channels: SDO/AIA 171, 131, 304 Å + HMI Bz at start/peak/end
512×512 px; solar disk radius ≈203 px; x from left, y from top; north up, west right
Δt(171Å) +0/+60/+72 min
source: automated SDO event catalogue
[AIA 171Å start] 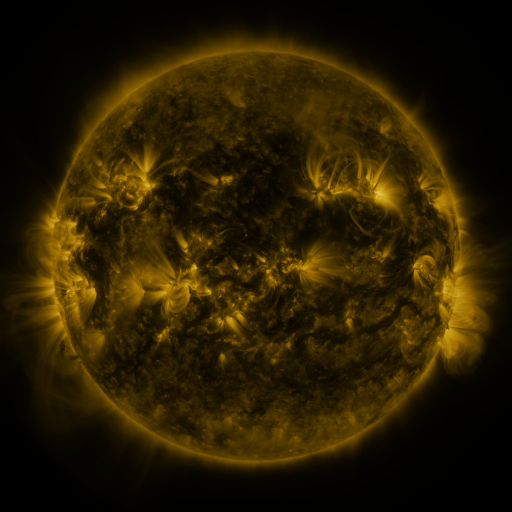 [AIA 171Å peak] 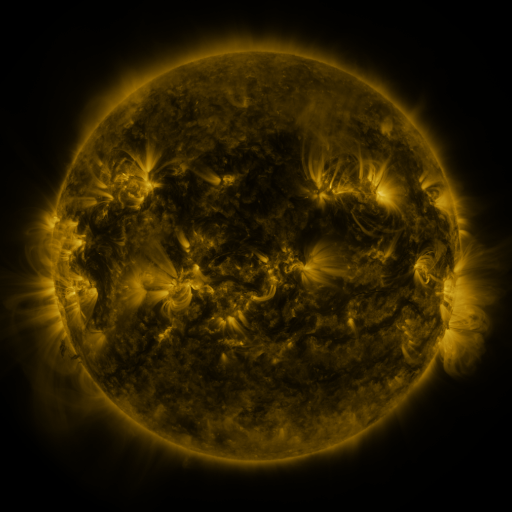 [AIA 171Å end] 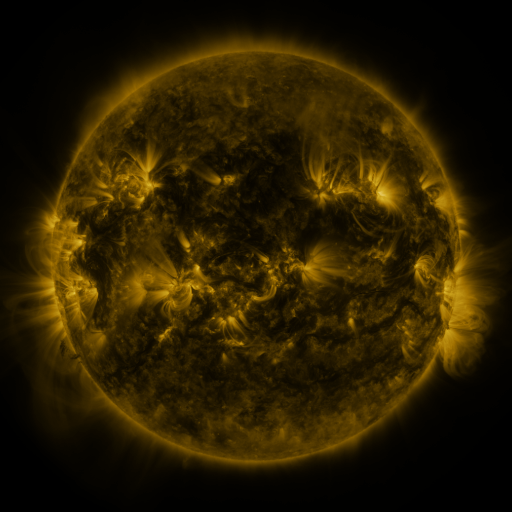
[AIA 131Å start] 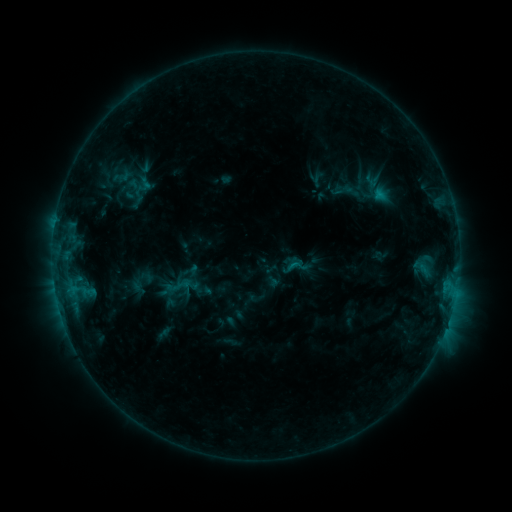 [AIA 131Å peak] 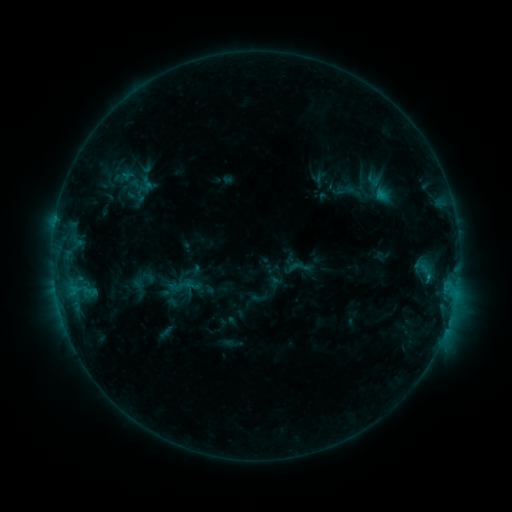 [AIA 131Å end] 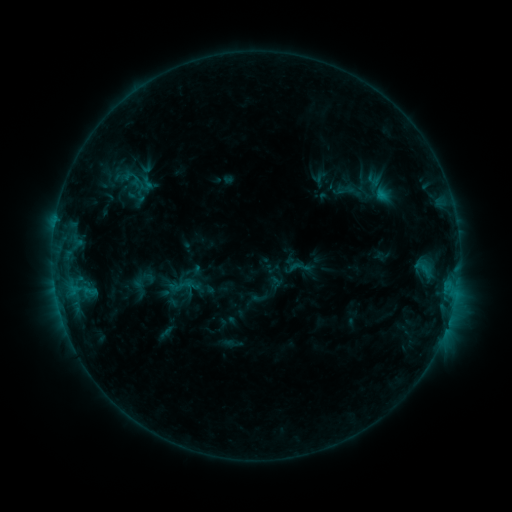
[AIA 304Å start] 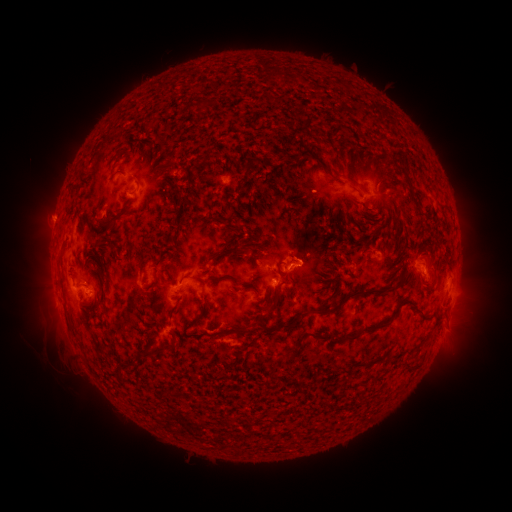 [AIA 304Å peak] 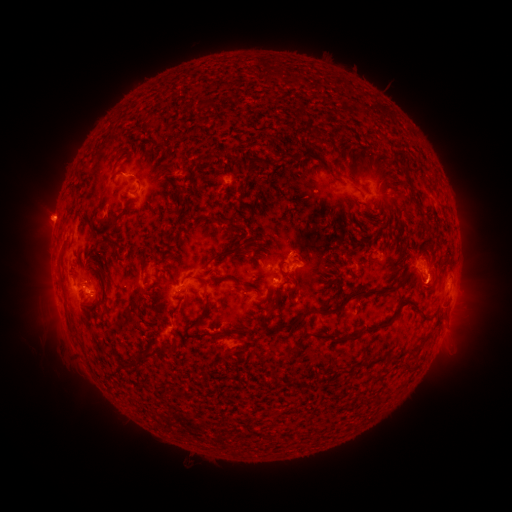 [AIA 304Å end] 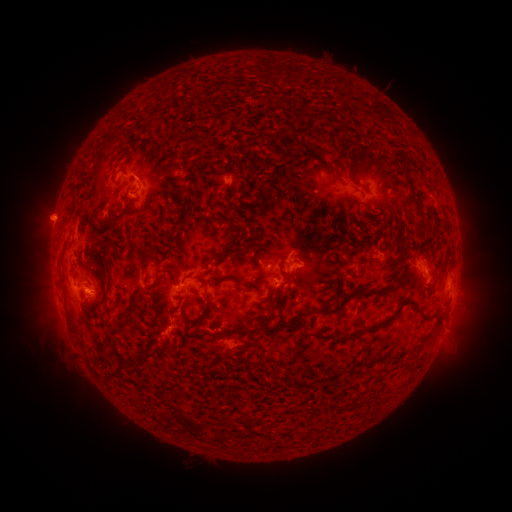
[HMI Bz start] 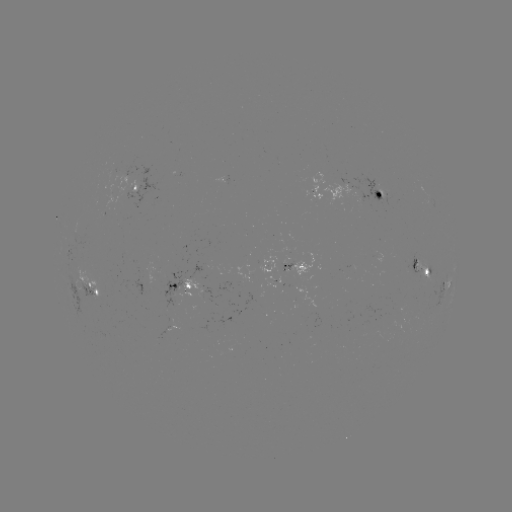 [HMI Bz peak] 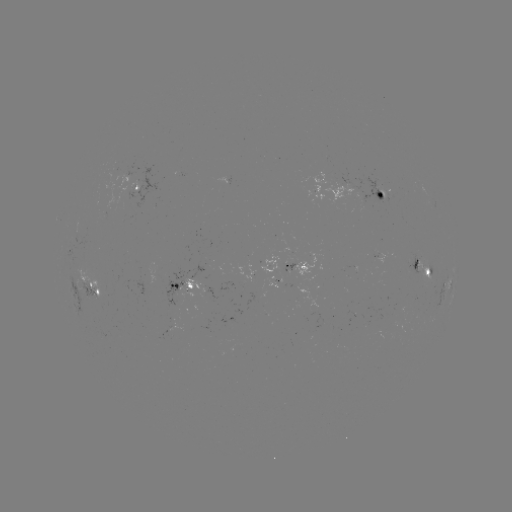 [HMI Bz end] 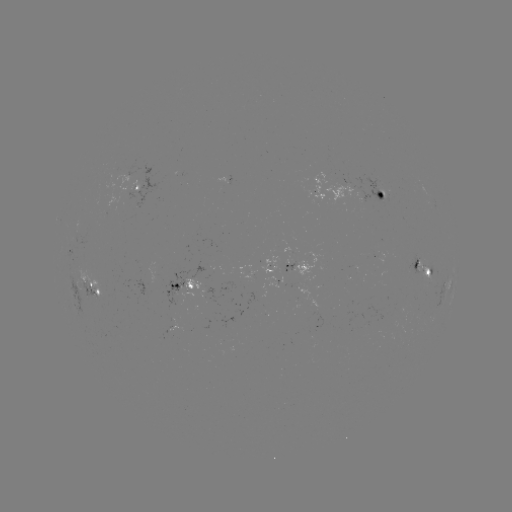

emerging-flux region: [422, 258, 431, 278]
